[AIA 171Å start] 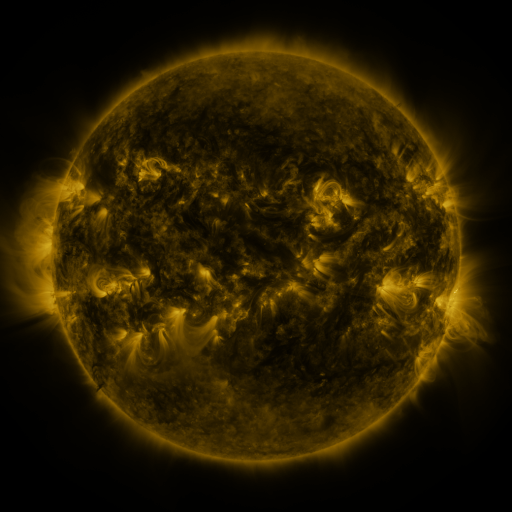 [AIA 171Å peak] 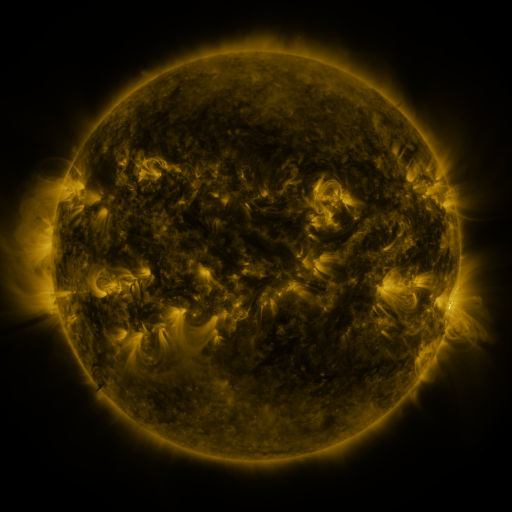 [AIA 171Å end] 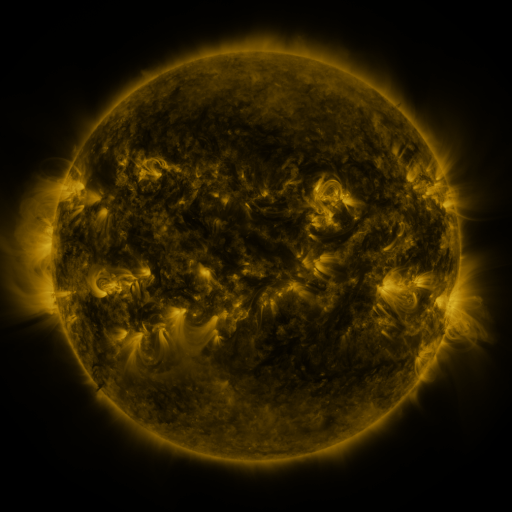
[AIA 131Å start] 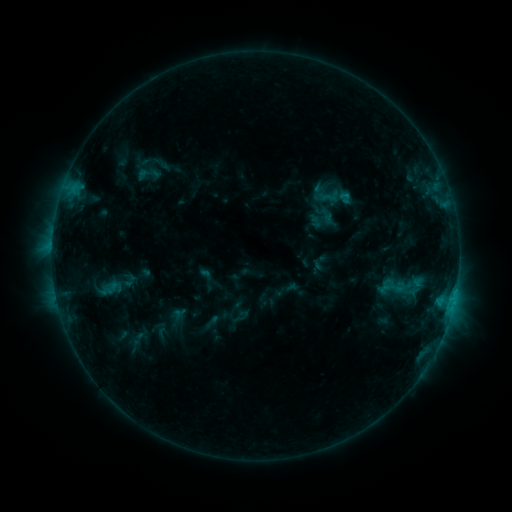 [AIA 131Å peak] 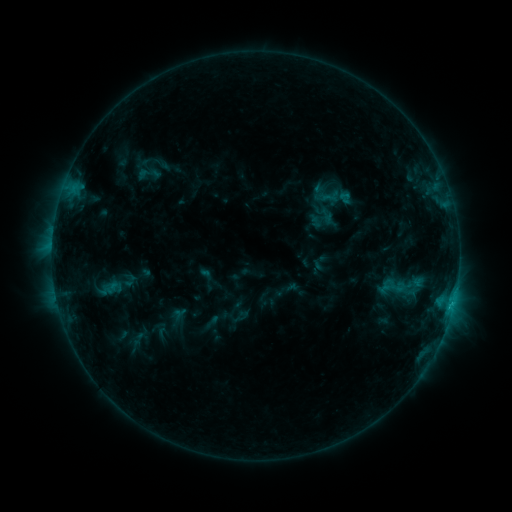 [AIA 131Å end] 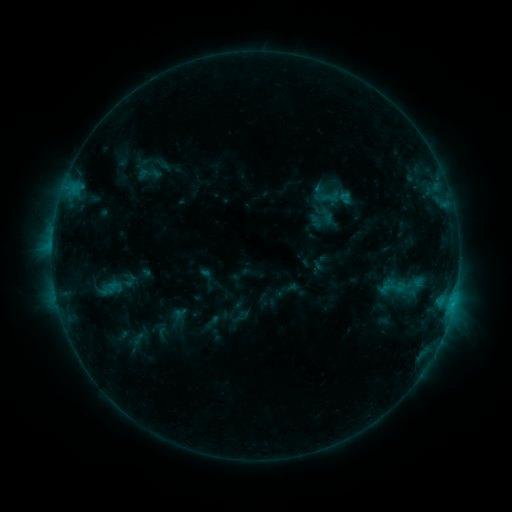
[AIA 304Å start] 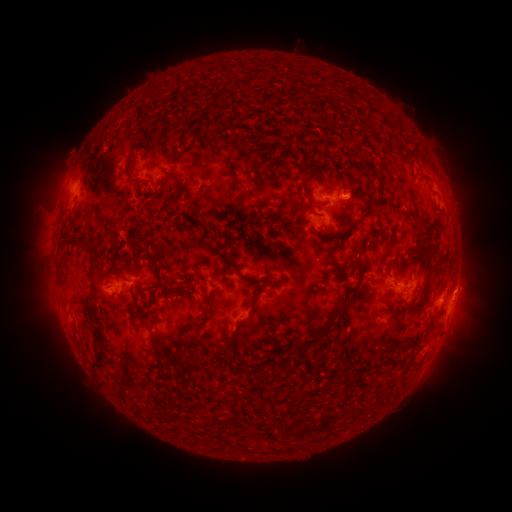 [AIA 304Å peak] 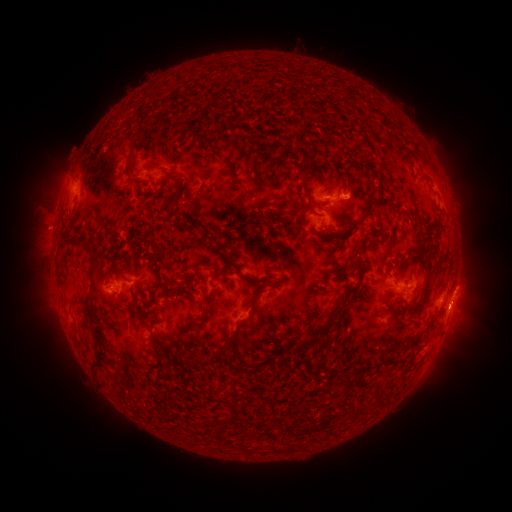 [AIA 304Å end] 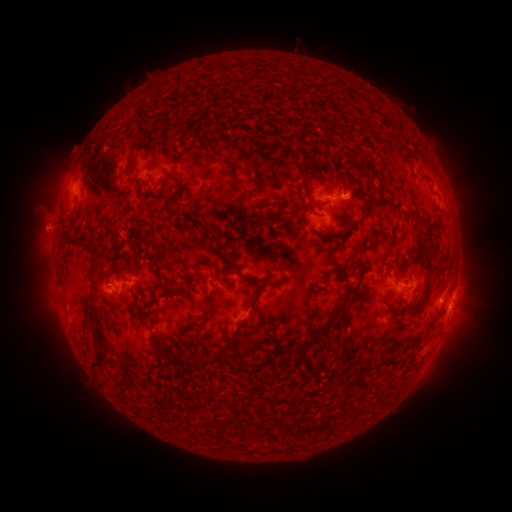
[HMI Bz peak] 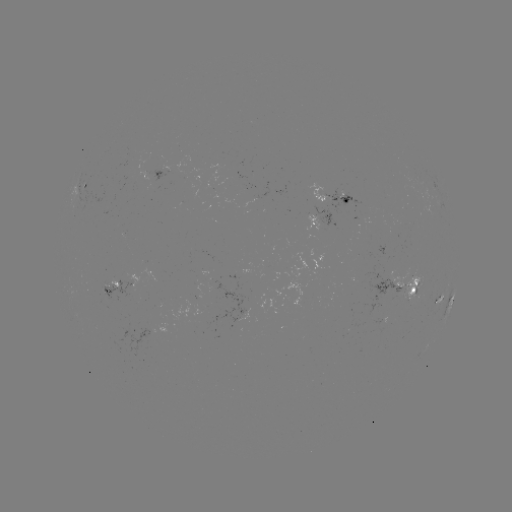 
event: flare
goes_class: C1.0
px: (451, 305)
